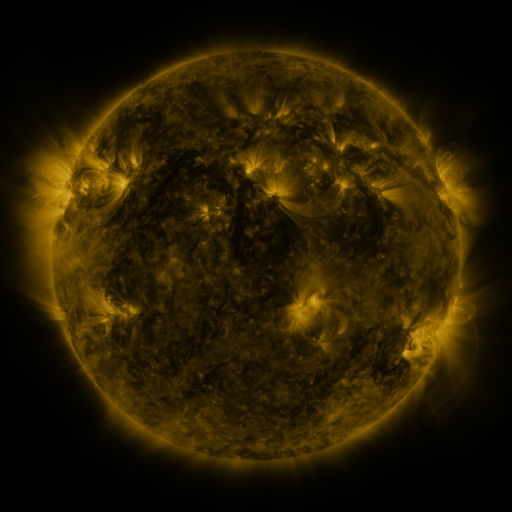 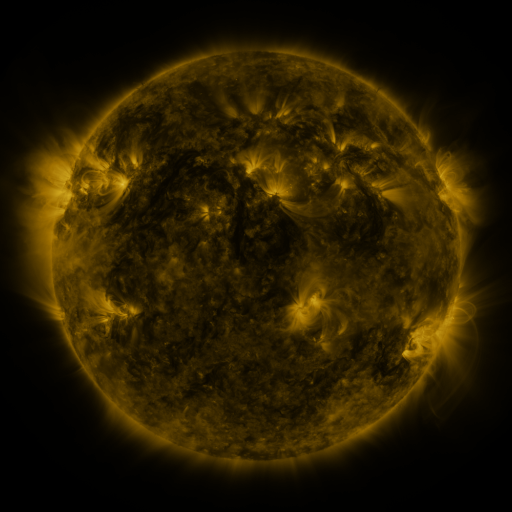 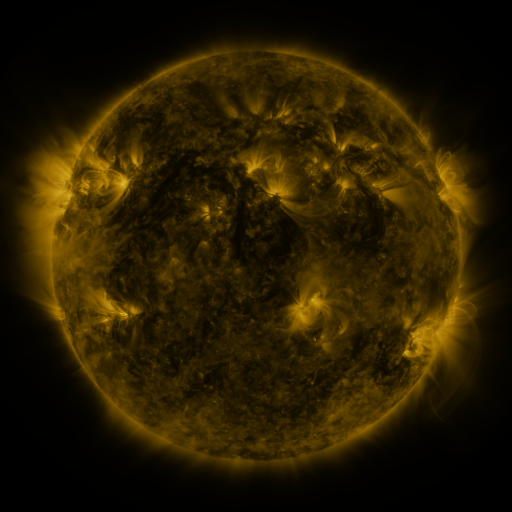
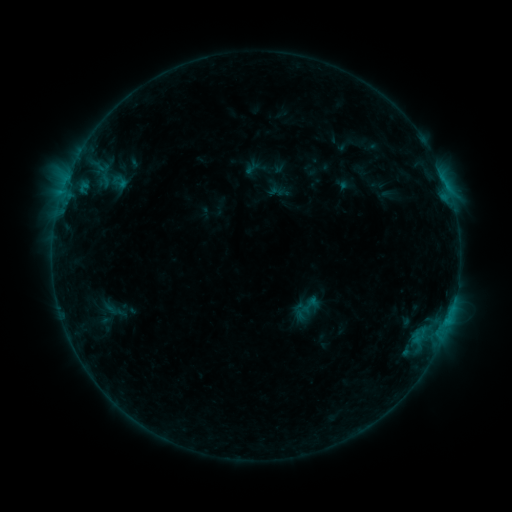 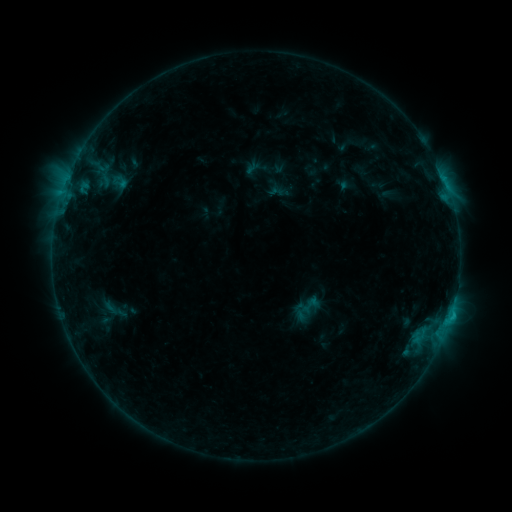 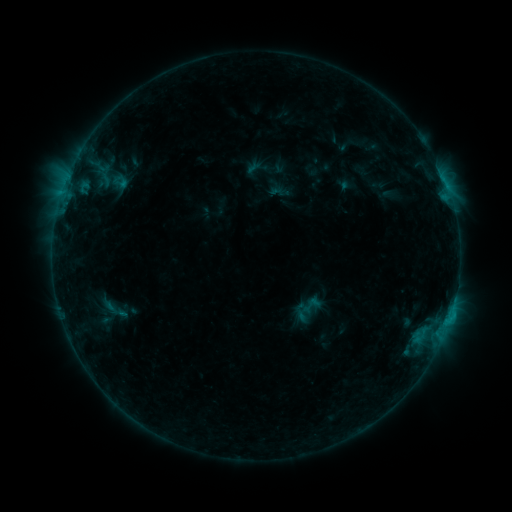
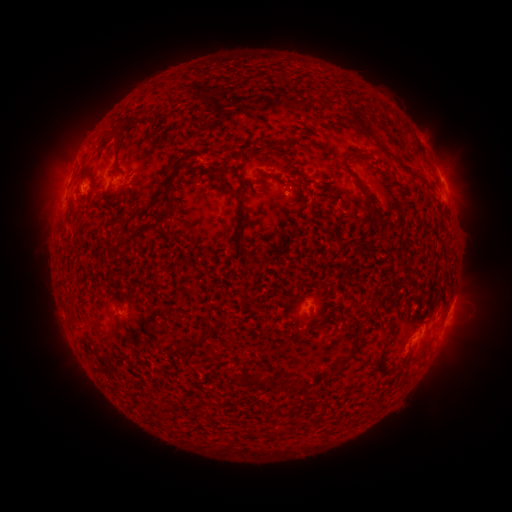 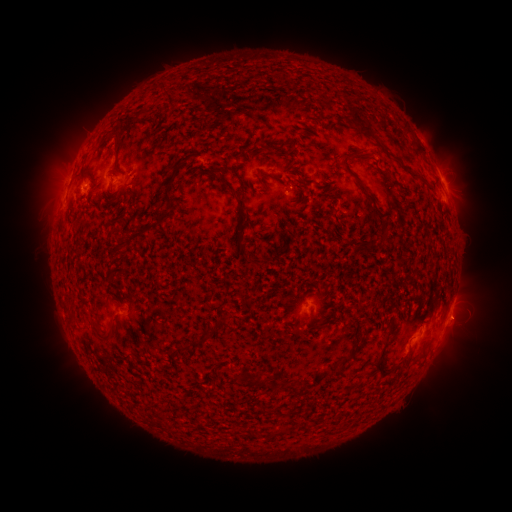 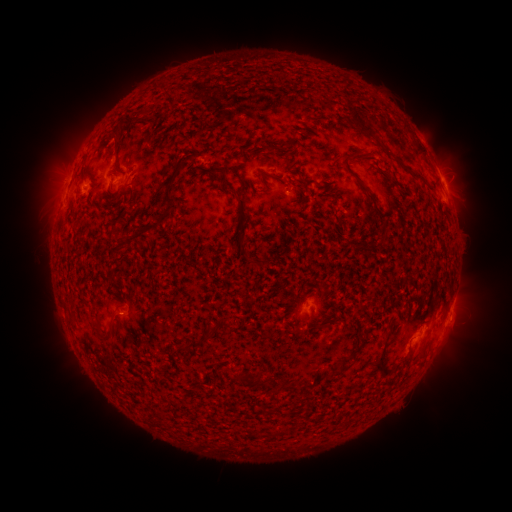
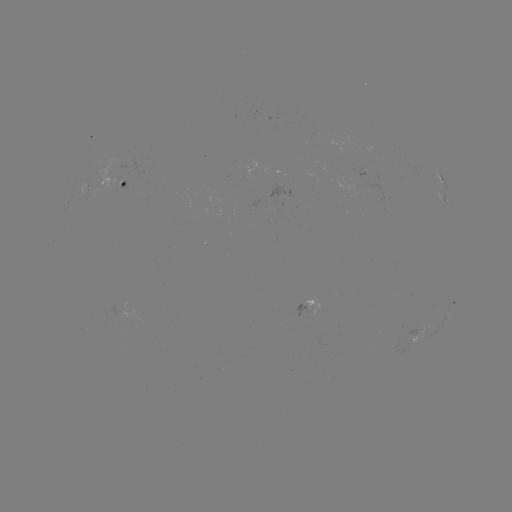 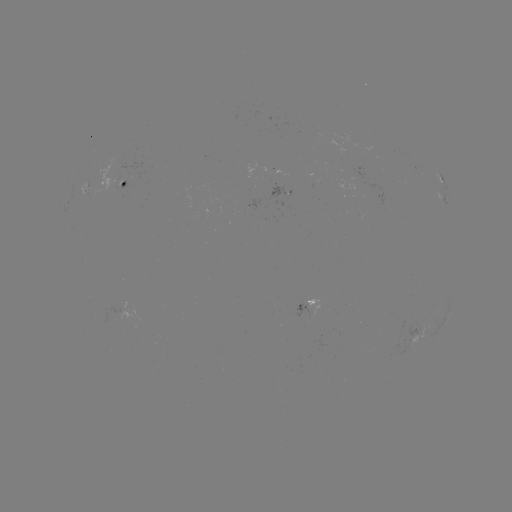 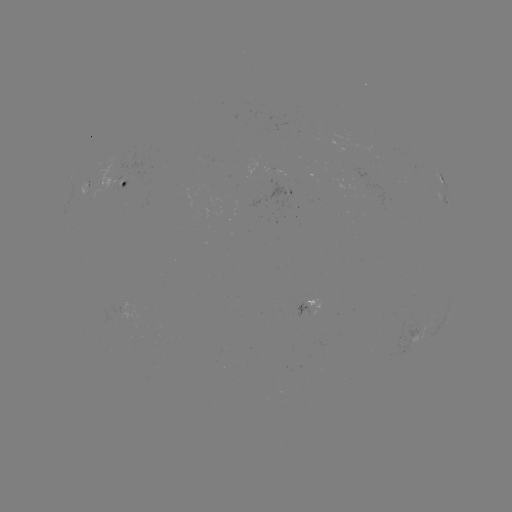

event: flare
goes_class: B5.8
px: (450, 314)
